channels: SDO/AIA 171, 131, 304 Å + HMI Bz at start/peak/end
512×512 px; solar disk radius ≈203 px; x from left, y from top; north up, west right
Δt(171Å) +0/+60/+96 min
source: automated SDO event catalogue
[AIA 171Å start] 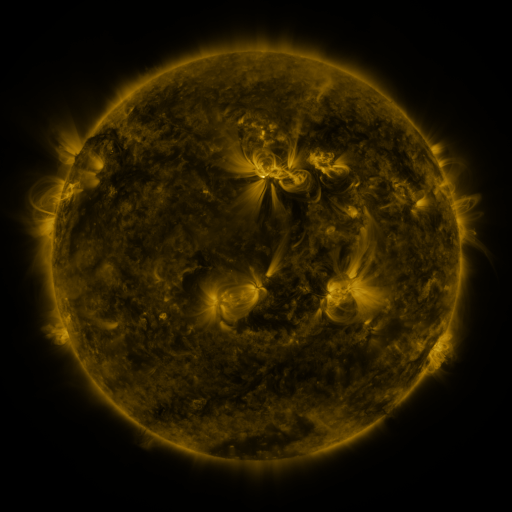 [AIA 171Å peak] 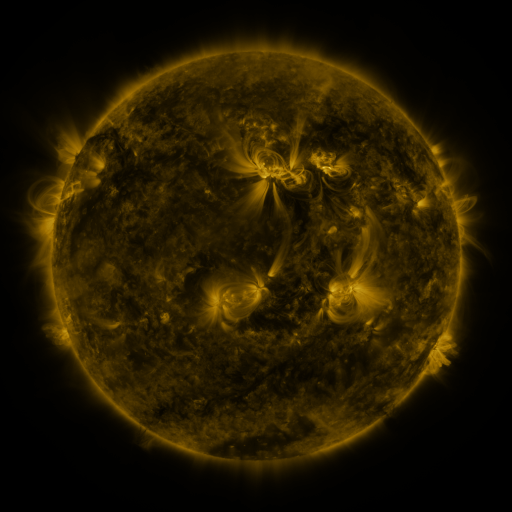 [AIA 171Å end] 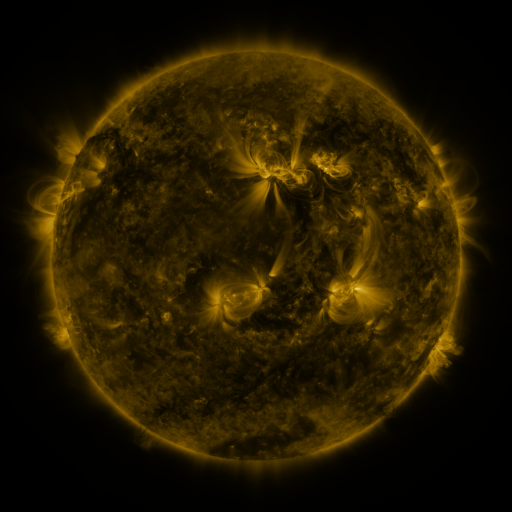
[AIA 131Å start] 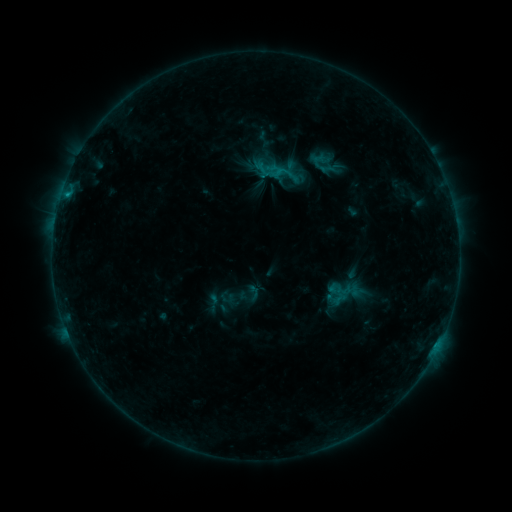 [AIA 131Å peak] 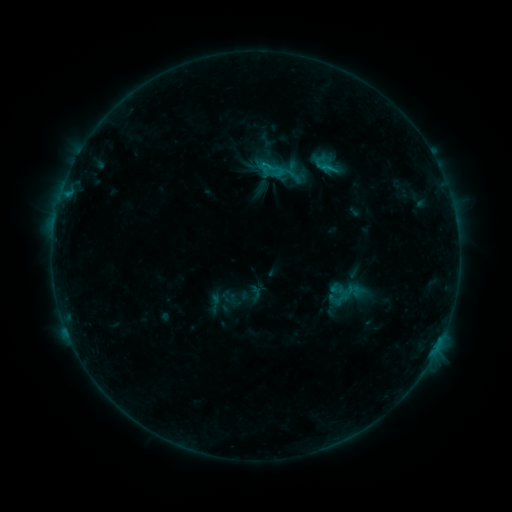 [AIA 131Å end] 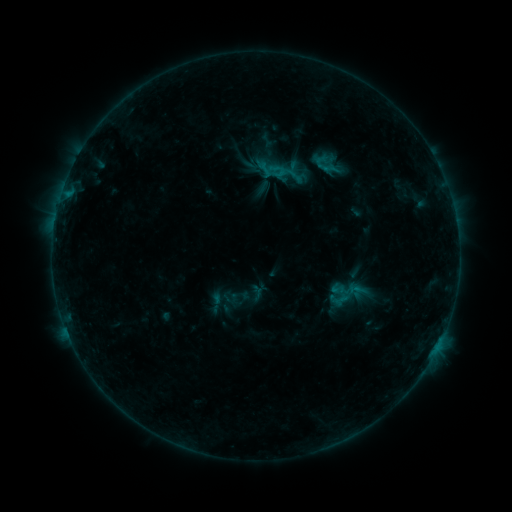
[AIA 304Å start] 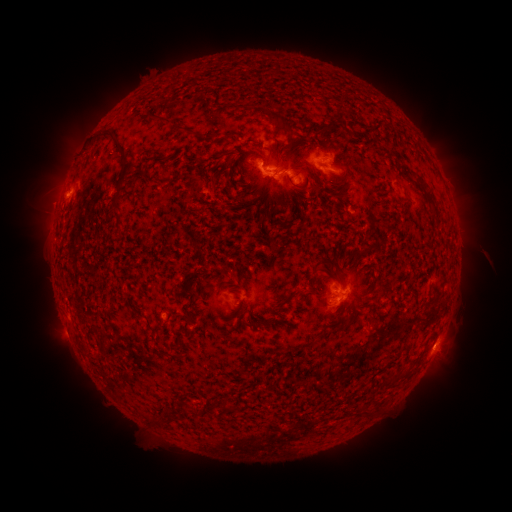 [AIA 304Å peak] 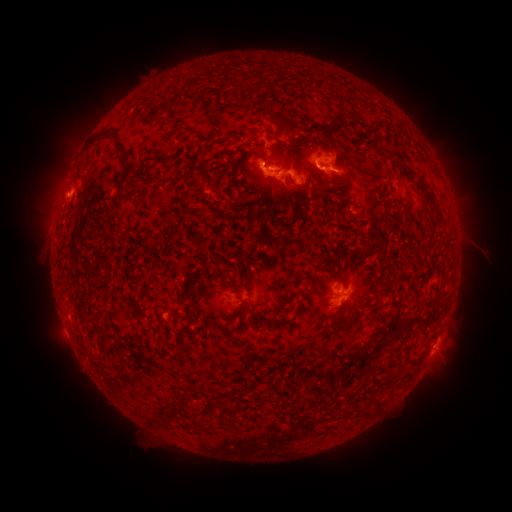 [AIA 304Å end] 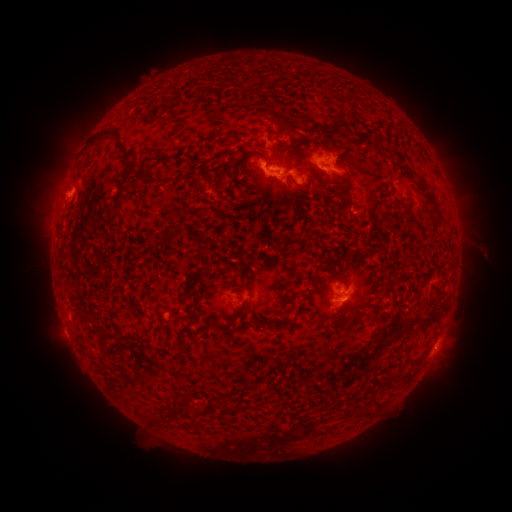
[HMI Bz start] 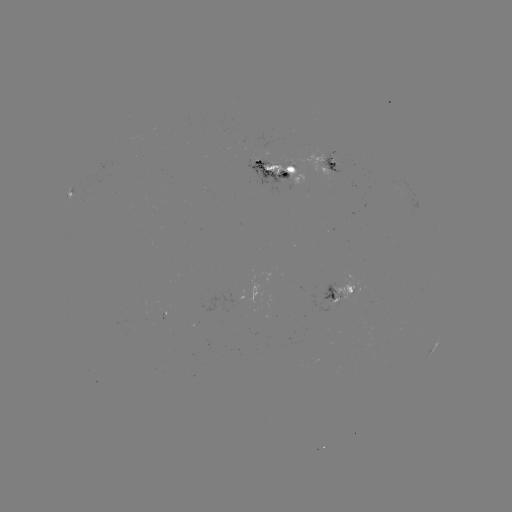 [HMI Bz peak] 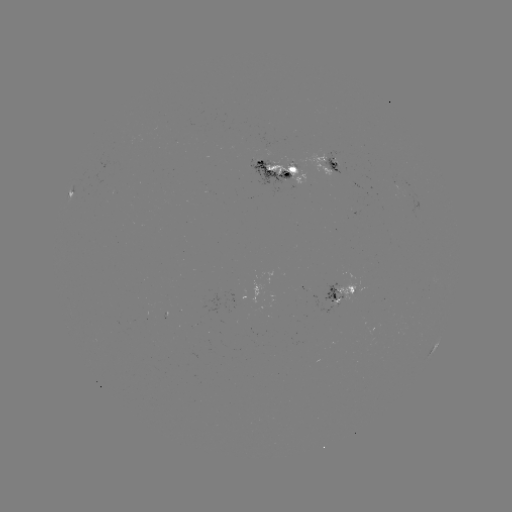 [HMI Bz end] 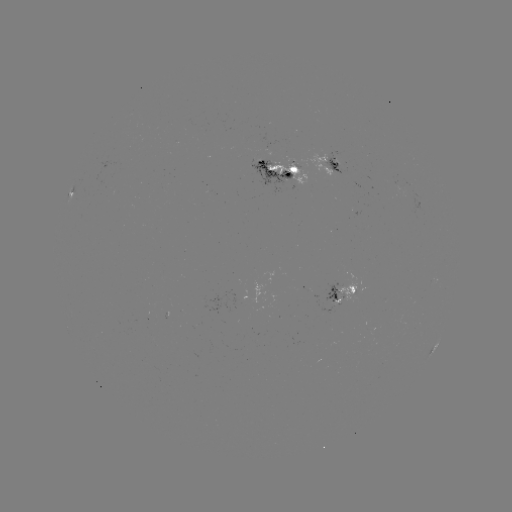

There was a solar emerging-flux region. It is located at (343, 296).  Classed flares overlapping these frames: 2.